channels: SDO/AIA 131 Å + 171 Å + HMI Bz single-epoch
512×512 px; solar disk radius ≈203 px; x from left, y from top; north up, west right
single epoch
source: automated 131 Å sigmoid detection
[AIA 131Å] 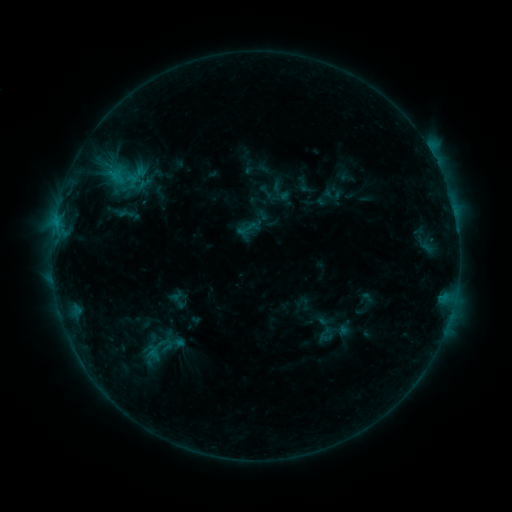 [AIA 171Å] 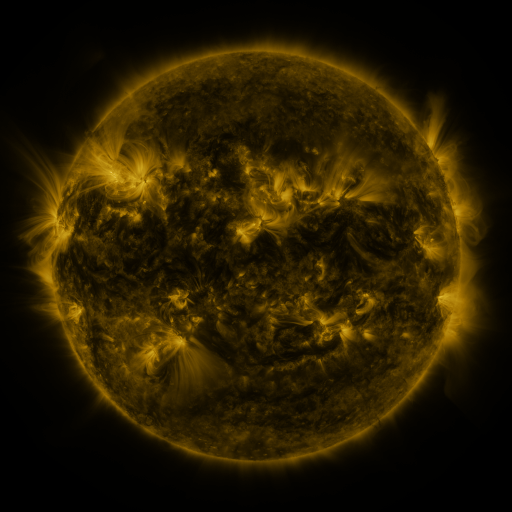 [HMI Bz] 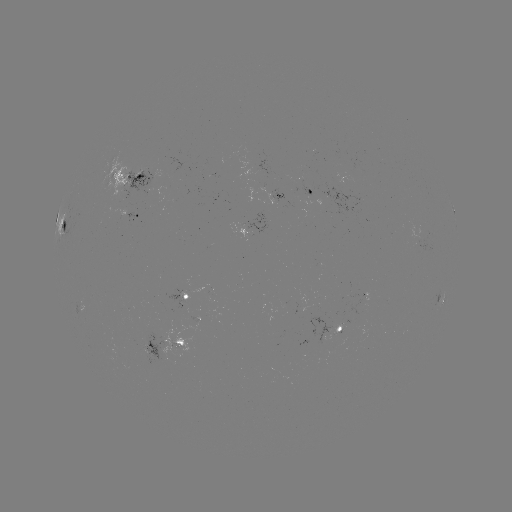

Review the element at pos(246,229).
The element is sigmoid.